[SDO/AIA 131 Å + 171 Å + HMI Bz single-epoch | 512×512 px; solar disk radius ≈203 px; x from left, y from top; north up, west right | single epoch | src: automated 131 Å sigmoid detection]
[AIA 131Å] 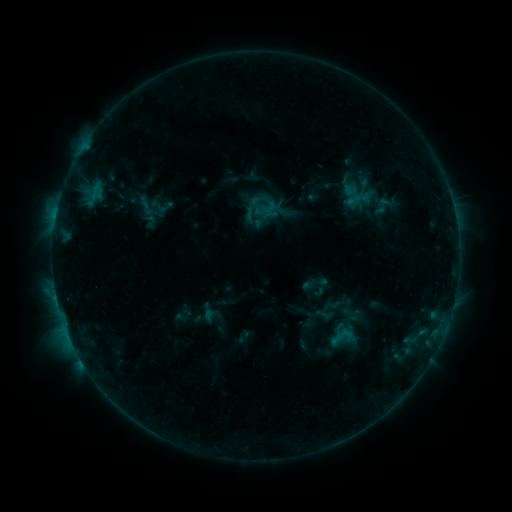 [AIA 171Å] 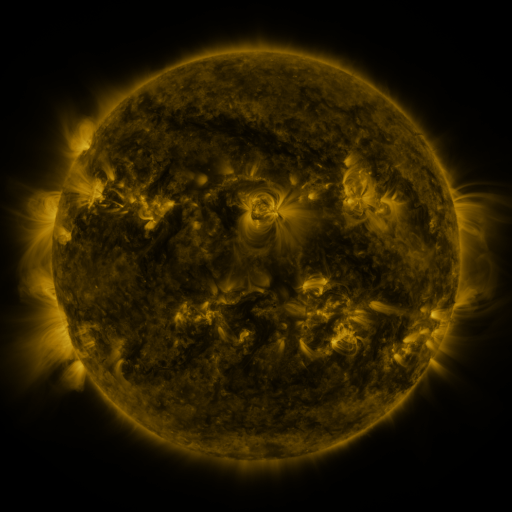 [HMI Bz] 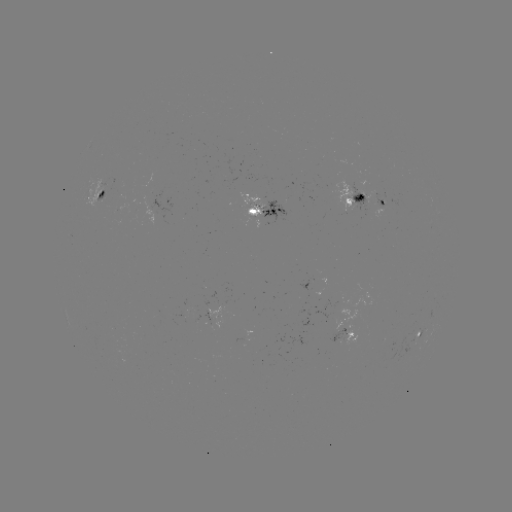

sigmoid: <bbox>329, 323, 357, 351</bbox>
